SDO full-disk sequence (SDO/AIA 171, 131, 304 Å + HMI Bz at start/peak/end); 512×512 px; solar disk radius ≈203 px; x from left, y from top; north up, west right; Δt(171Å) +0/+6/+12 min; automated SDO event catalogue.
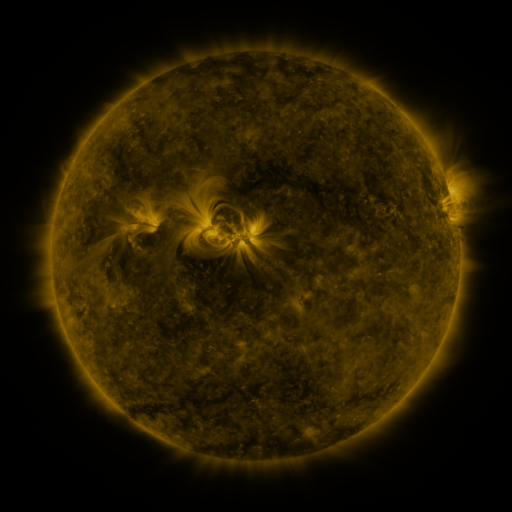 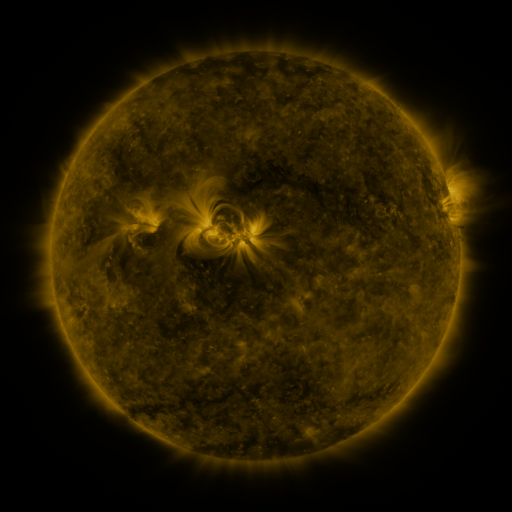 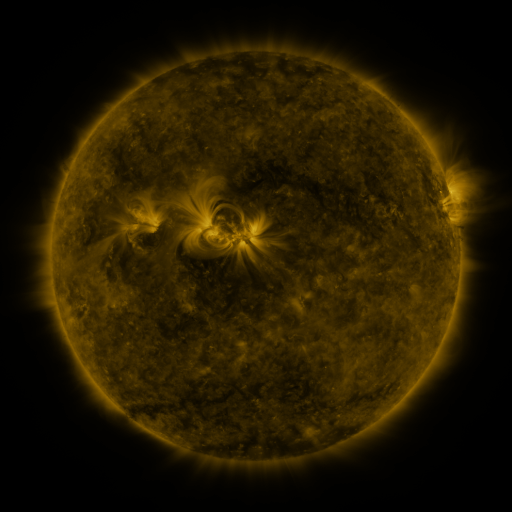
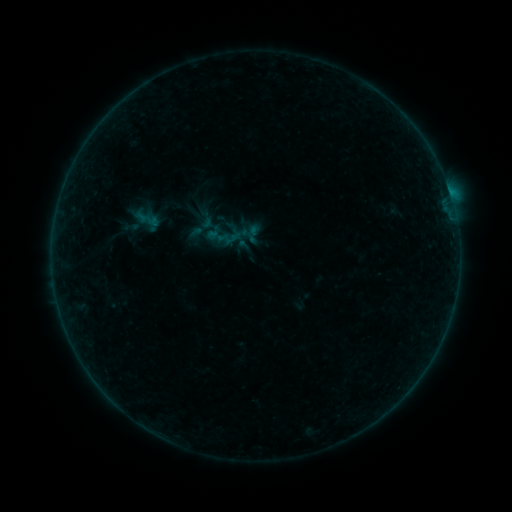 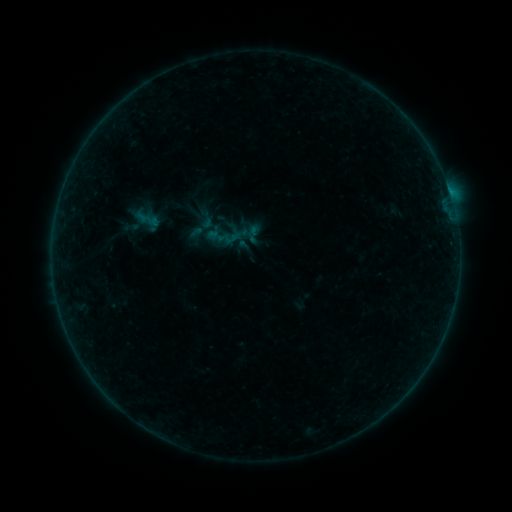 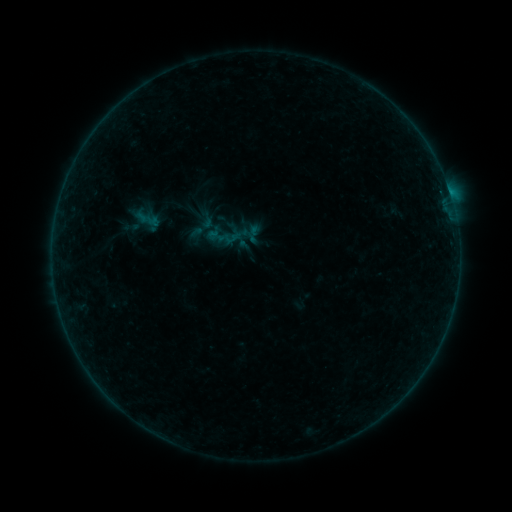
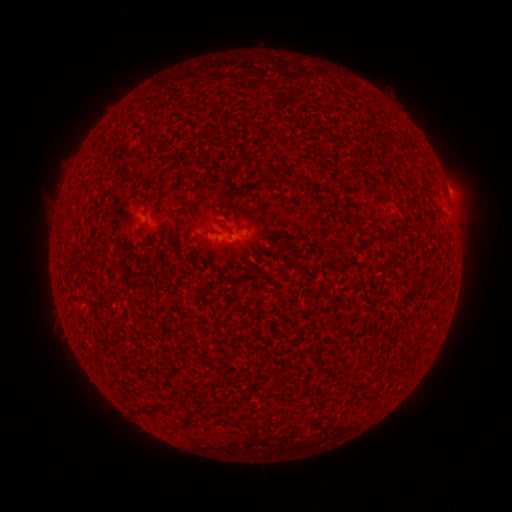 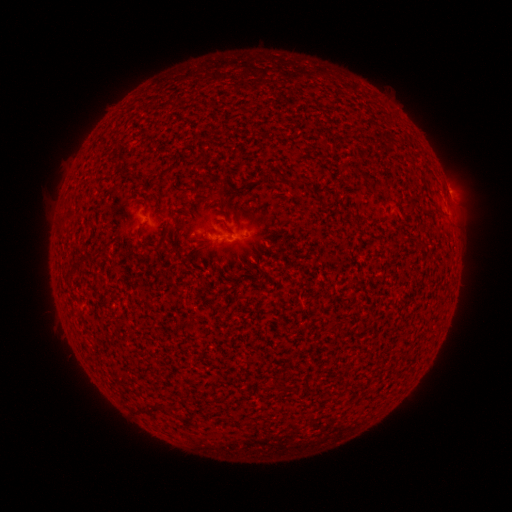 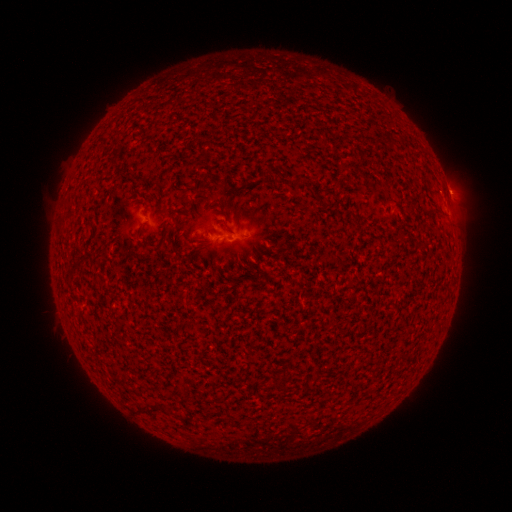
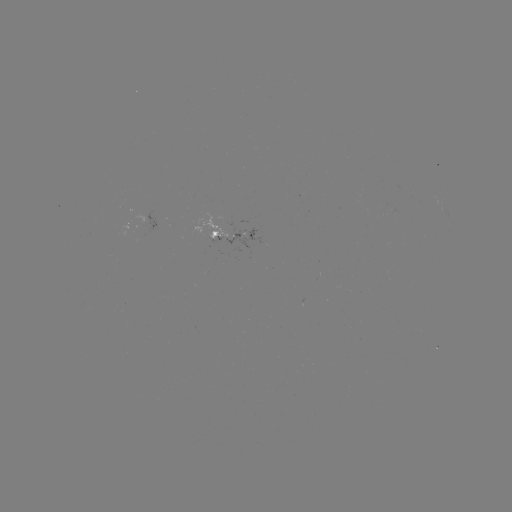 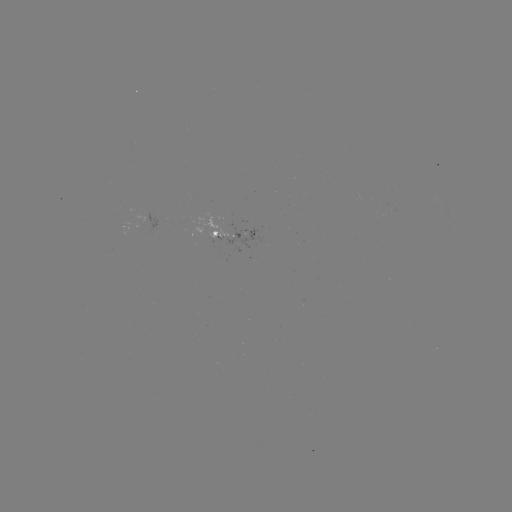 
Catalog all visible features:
B1.6 flare: (449, 193)
